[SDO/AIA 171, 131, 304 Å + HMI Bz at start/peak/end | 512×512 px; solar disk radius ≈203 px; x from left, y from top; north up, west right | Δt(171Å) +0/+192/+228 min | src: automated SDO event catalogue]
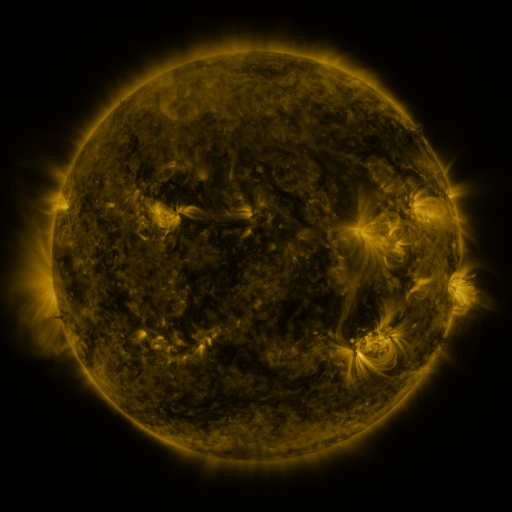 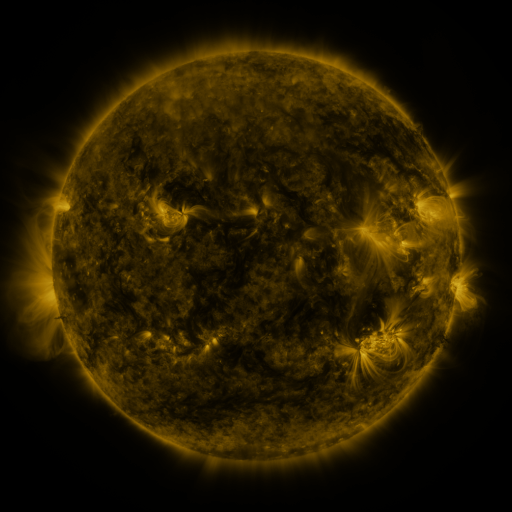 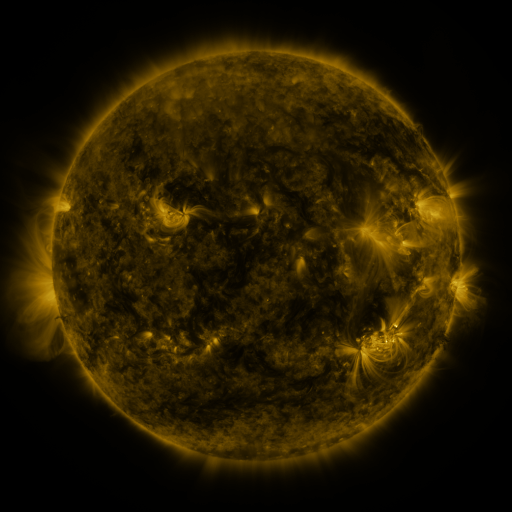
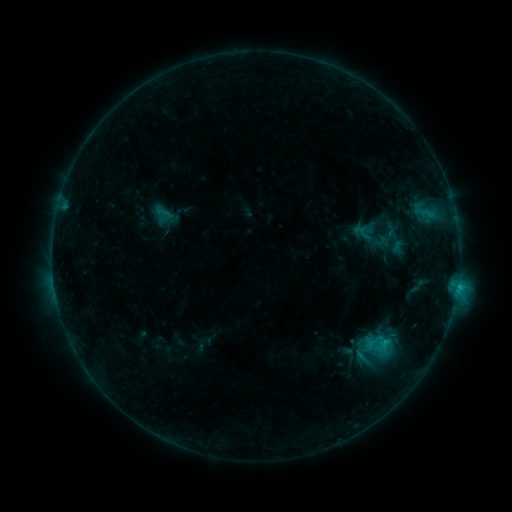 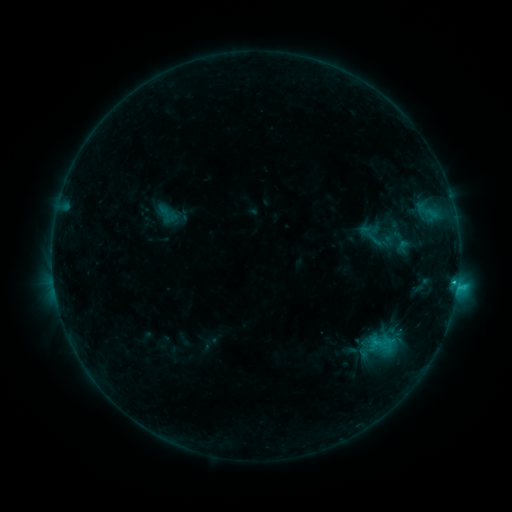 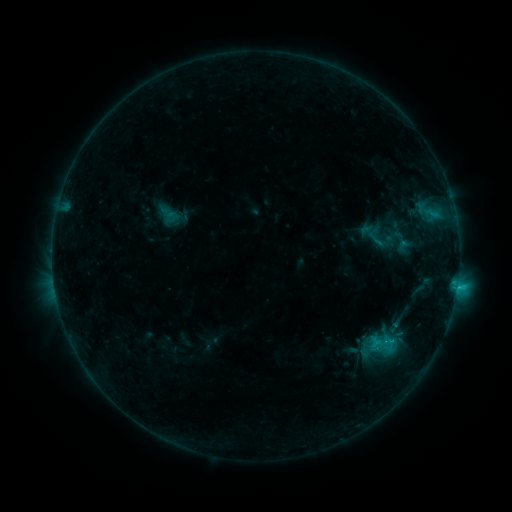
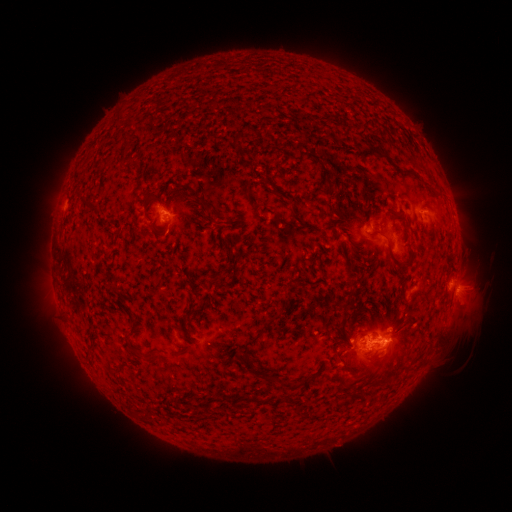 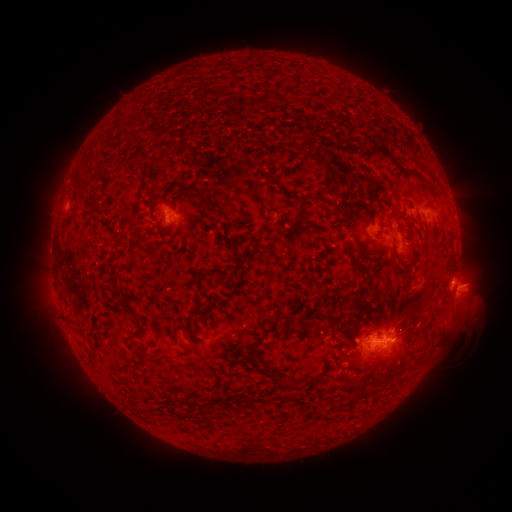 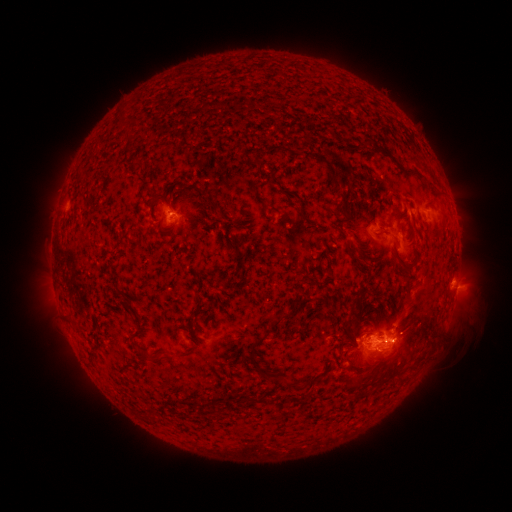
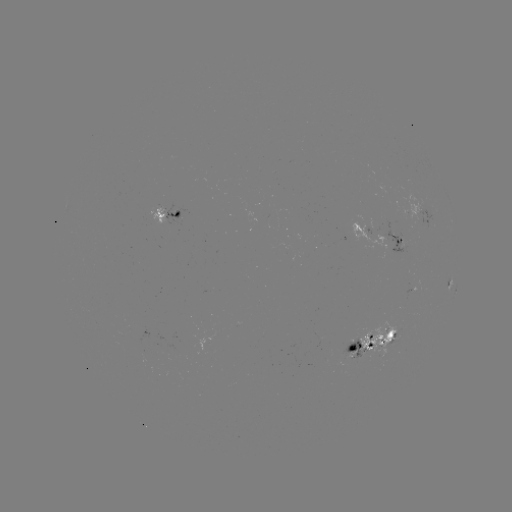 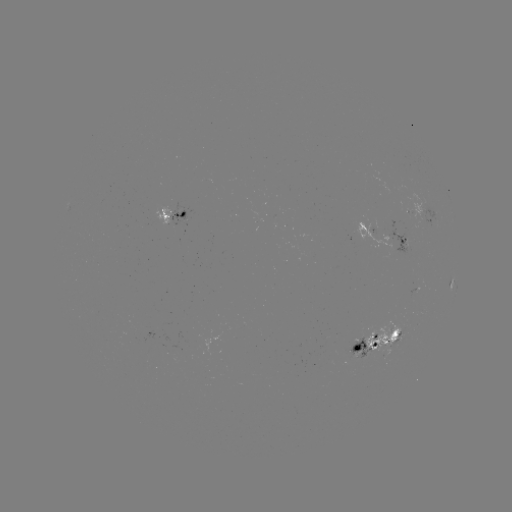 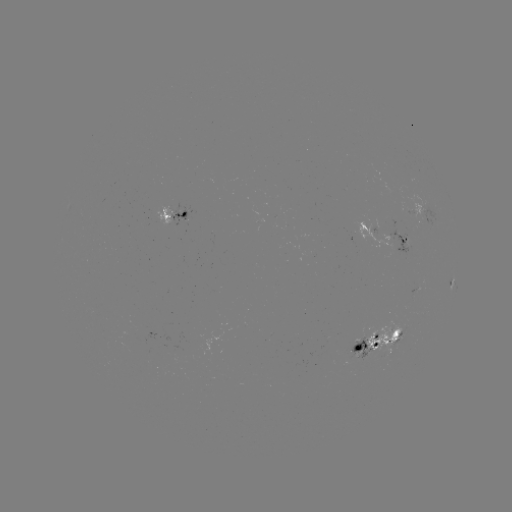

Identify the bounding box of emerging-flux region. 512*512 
[364, 322, 402, 361].